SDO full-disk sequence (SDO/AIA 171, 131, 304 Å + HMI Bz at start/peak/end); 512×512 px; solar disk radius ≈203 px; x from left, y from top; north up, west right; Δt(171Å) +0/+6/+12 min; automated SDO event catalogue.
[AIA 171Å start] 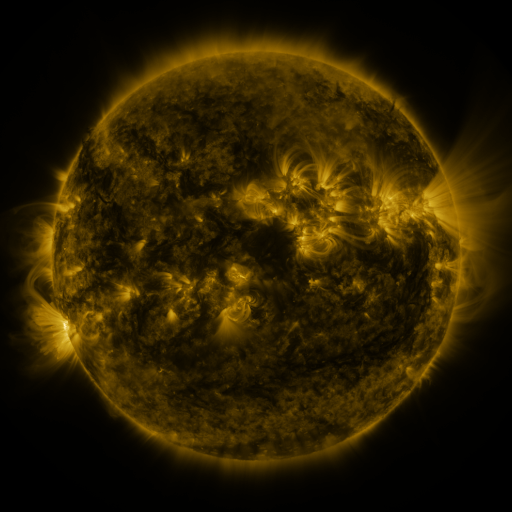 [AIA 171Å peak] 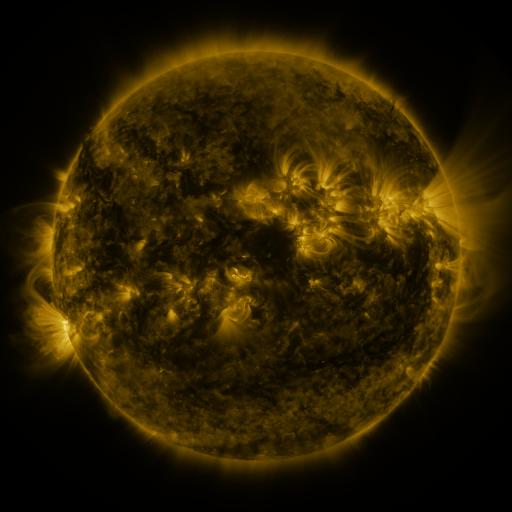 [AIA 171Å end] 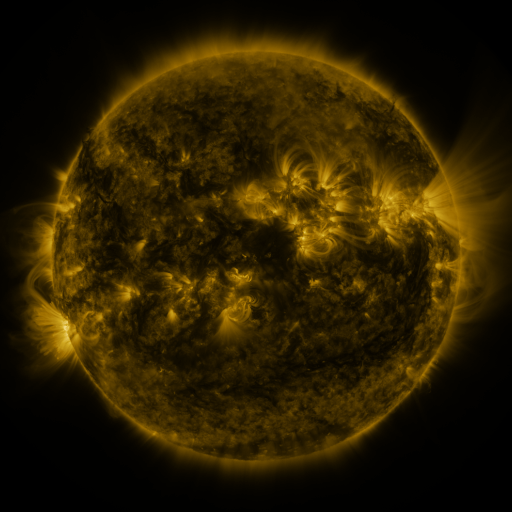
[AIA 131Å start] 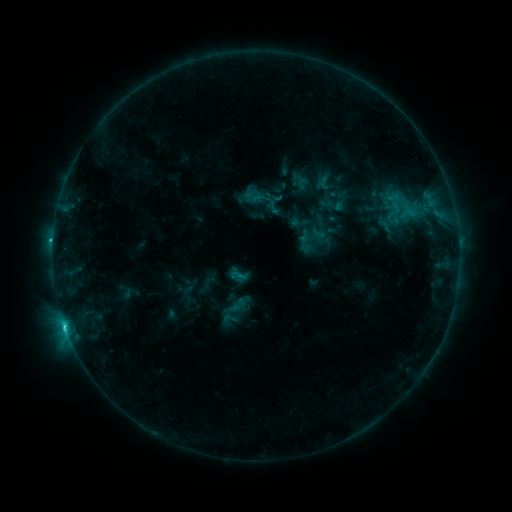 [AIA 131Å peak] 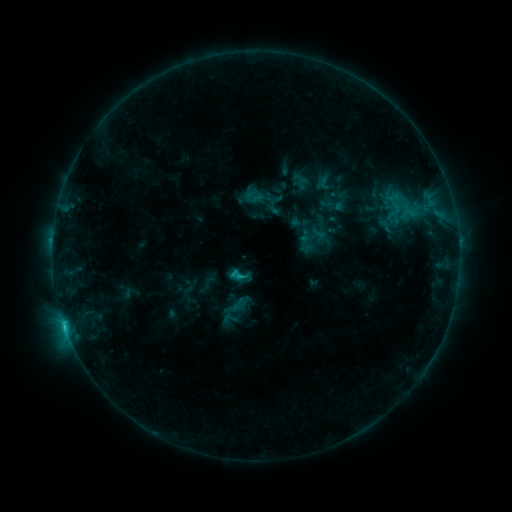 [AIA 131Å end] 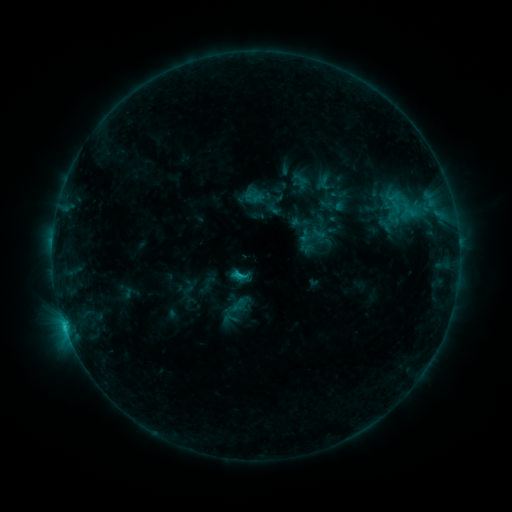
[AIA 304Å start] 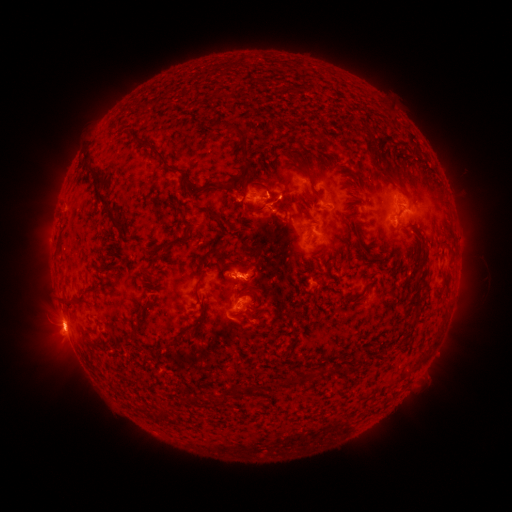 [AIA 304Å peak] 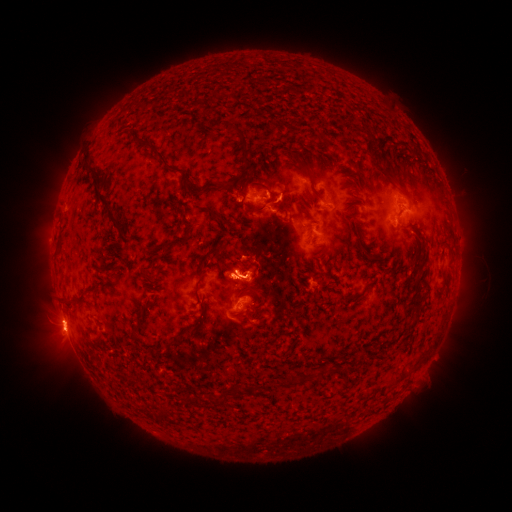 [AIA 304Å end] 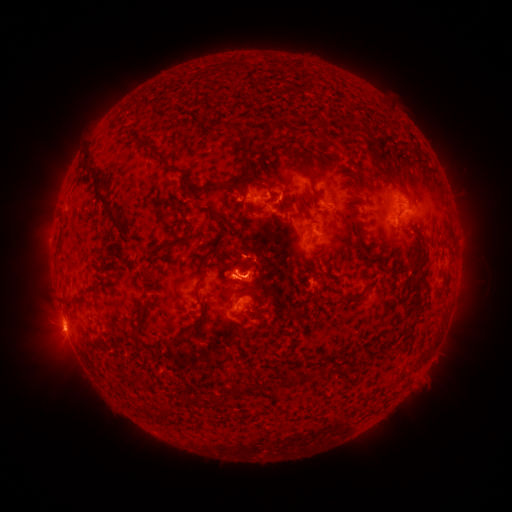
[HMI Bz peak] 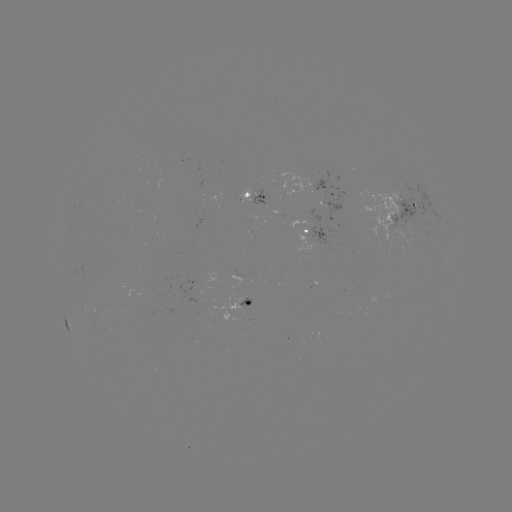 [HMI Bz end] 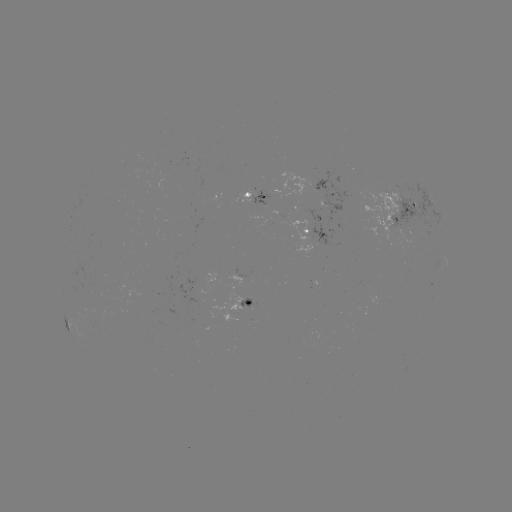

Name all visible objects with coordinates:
eruption: (253, 266)
